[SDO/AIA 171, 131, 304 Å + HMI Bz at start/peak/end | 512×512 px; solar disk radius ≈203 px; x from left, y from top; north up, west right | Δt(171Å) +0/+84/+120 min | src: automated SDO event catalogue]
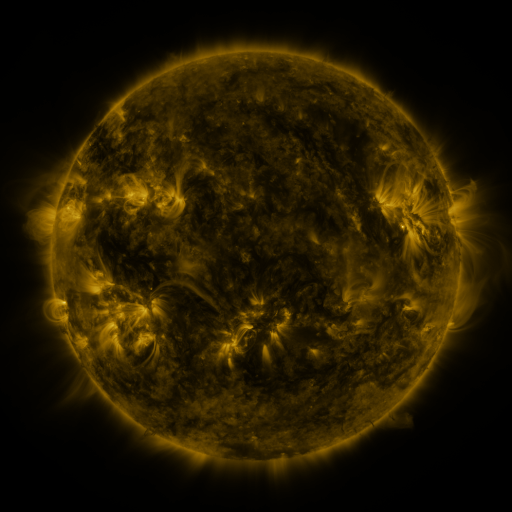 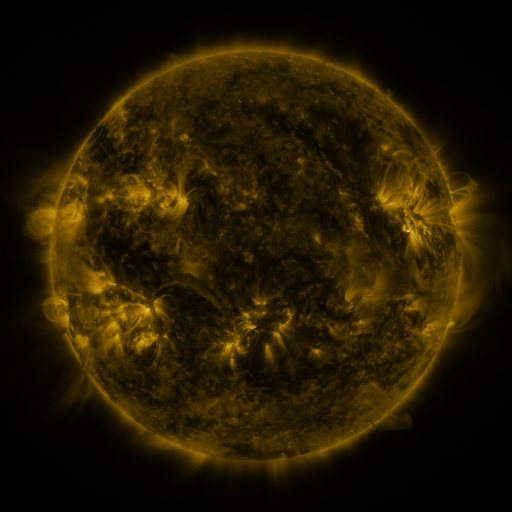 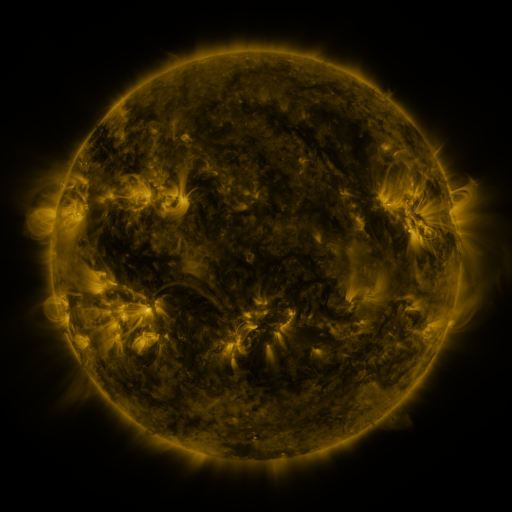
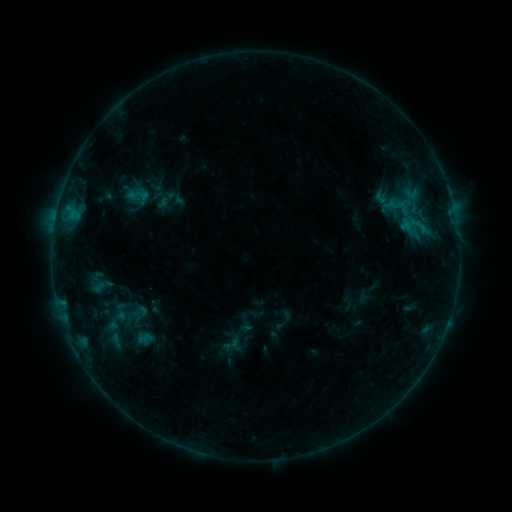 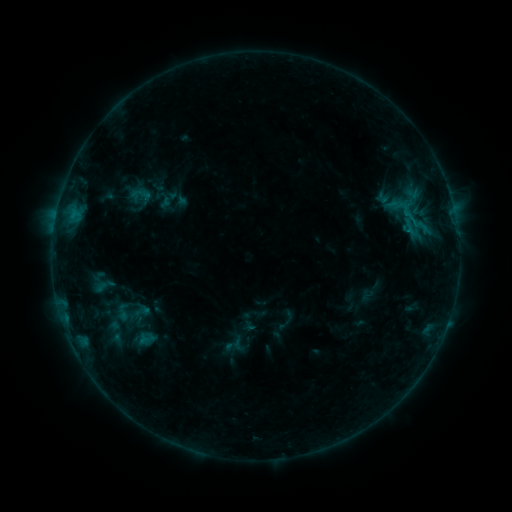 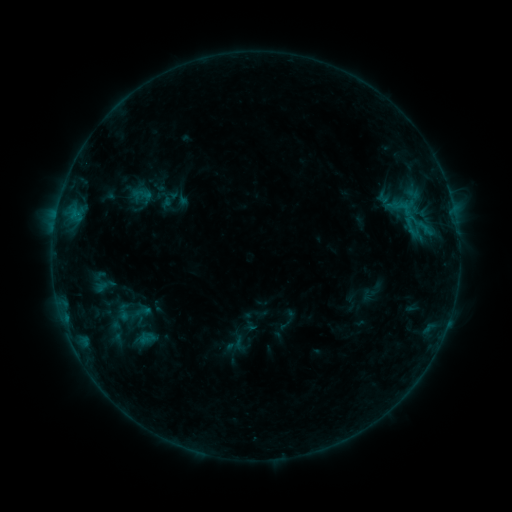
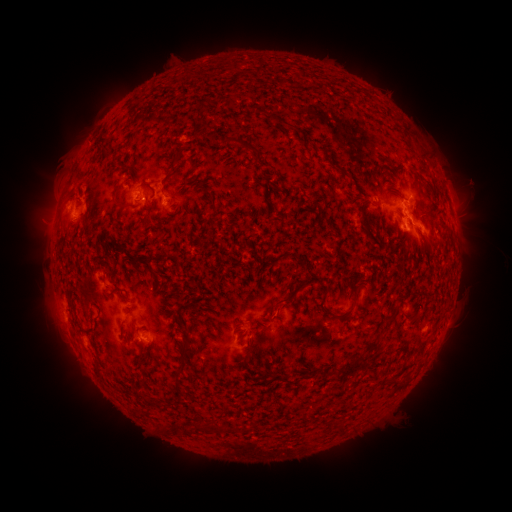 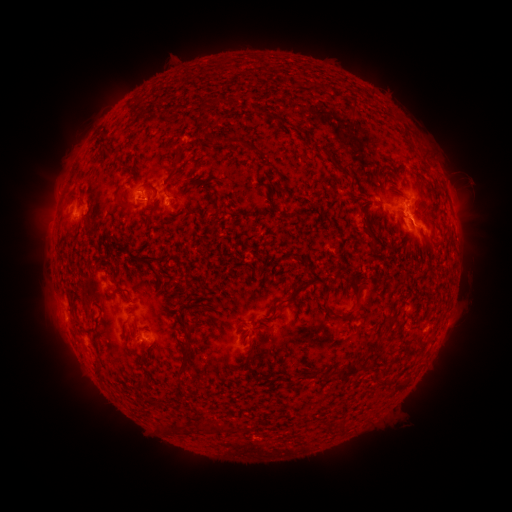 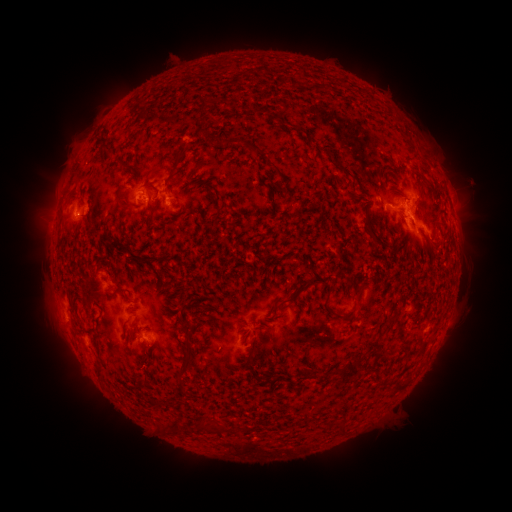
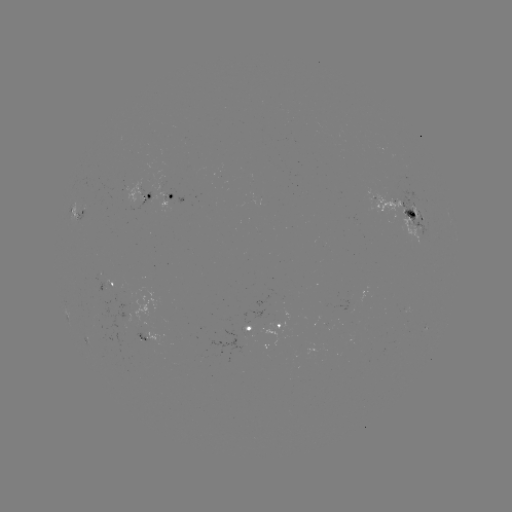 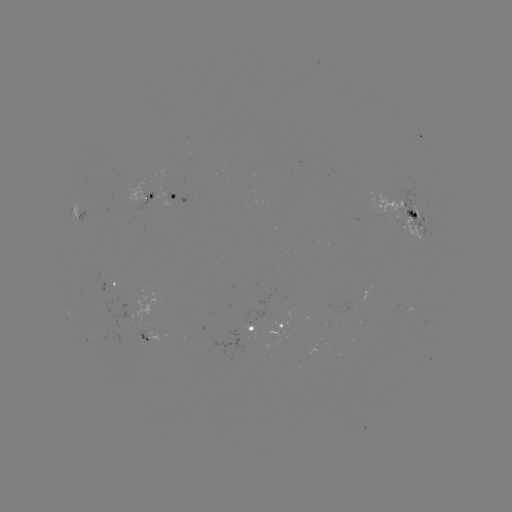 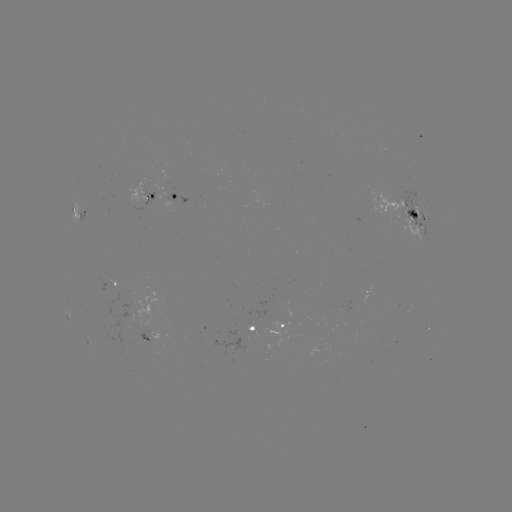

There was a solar emerging-flux region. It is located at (171, 198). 